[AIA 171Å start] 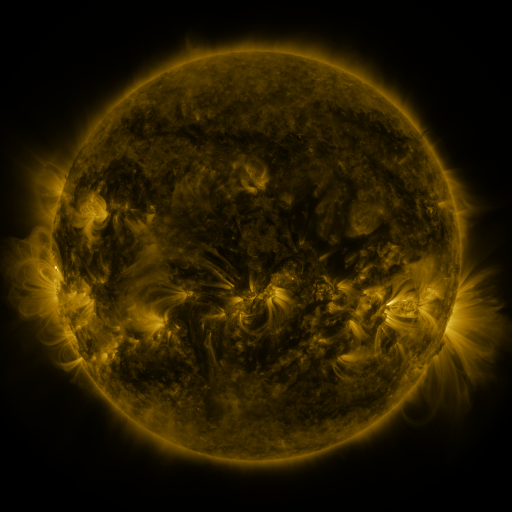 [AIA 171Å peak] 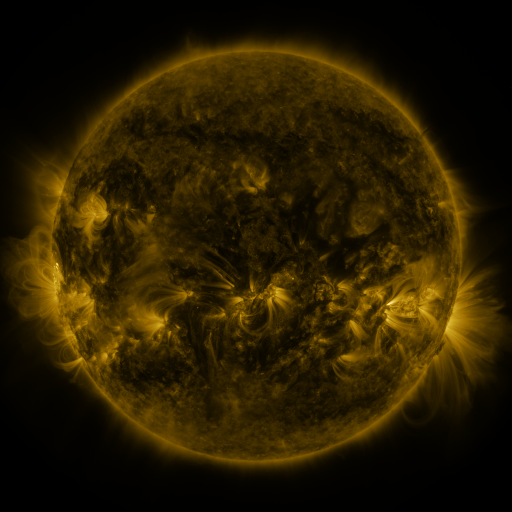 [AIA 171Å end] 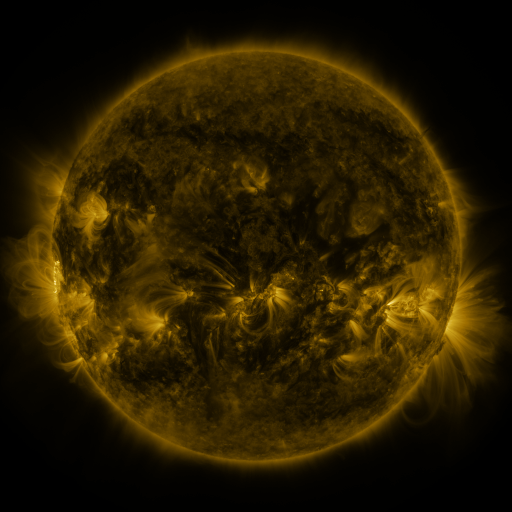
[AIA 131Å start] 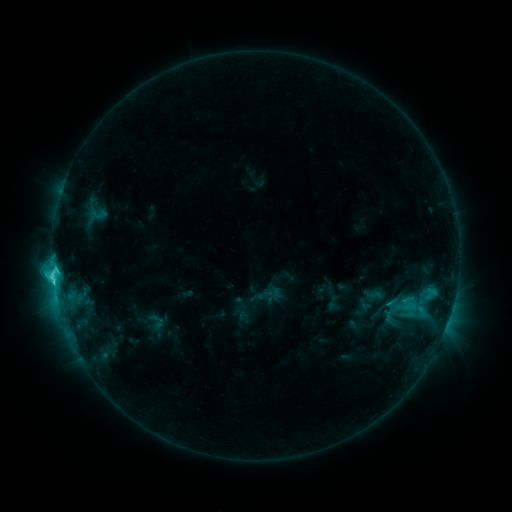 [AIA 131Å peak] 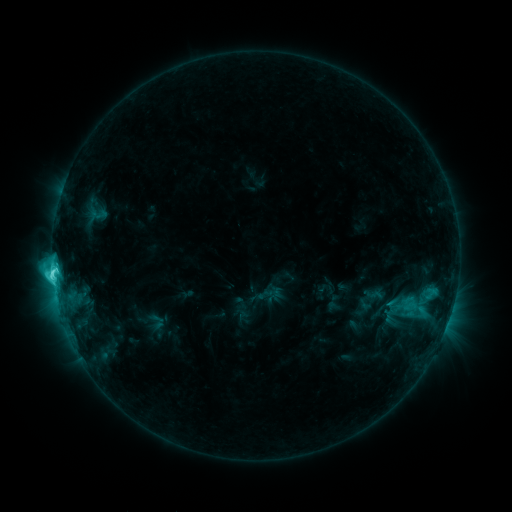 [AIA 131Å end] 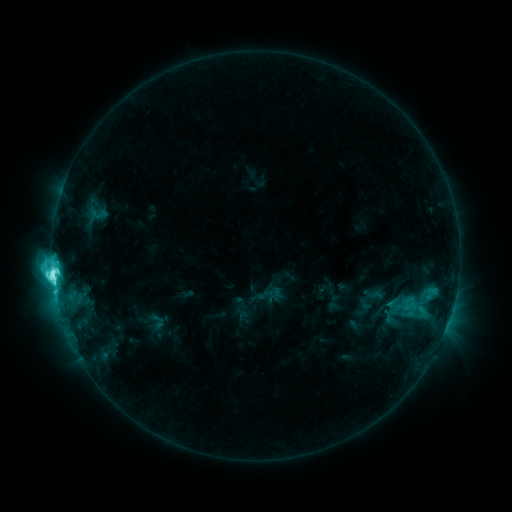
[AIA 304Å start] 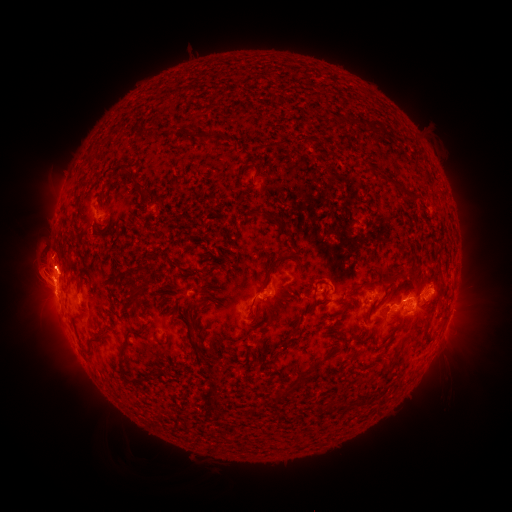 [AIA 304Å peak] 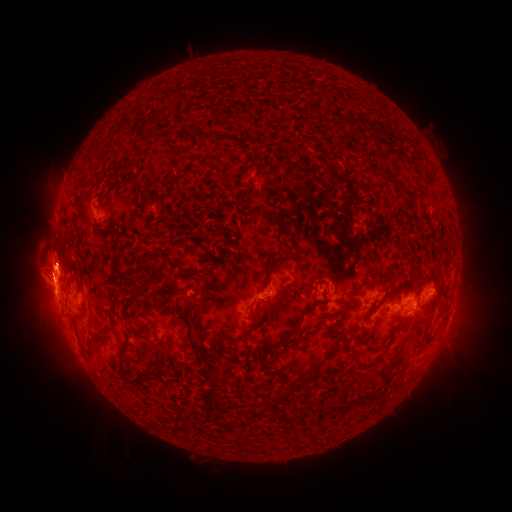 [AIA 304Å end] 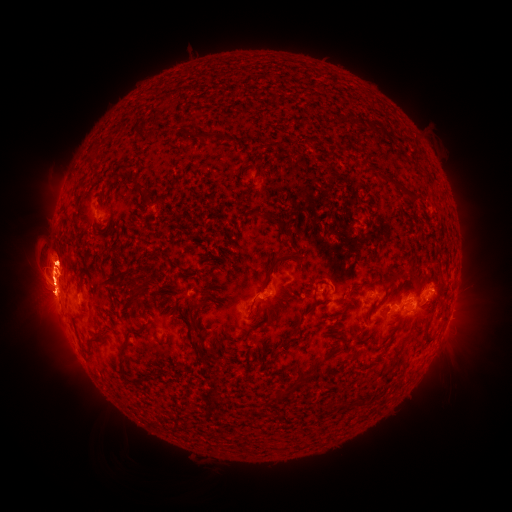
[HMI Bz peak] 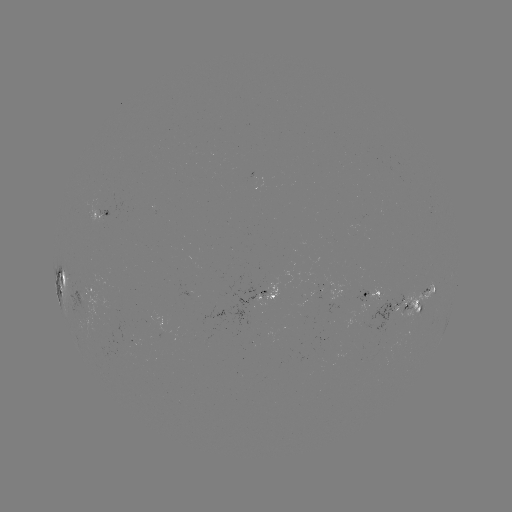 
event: eruption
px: (43, 317)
